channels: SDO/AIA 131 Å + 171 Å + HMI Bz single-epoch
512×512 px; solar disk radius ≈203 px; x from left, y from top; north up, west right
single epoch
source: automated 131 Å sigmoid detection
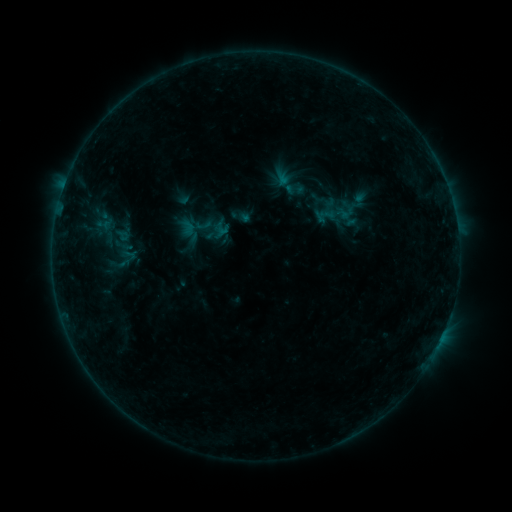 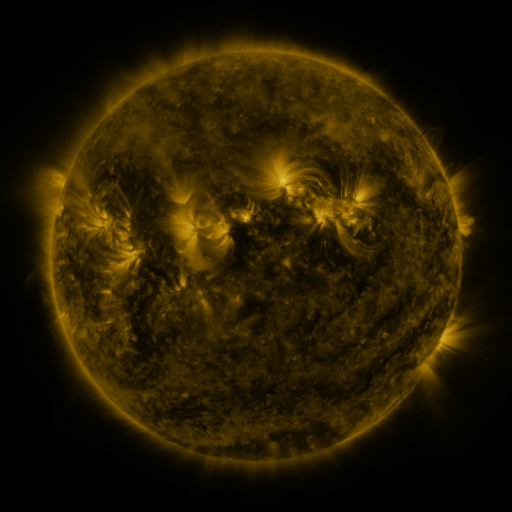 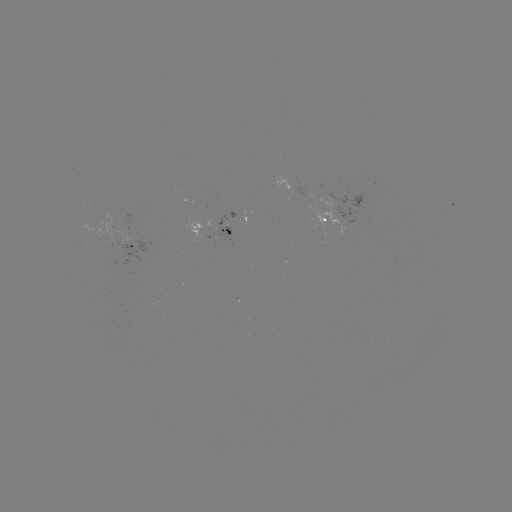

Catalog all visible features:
sigmoid: (295, 188)
sigmoid: (119, 263)
